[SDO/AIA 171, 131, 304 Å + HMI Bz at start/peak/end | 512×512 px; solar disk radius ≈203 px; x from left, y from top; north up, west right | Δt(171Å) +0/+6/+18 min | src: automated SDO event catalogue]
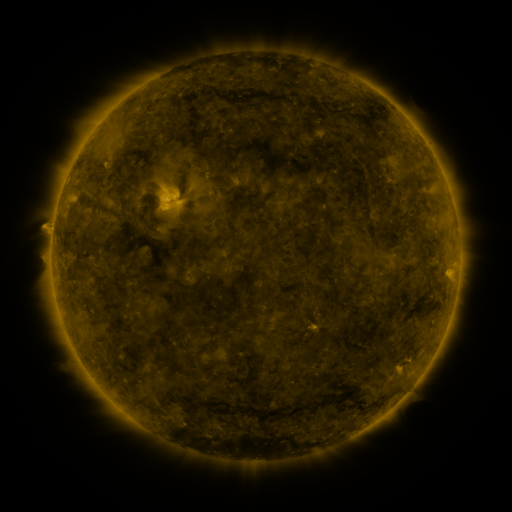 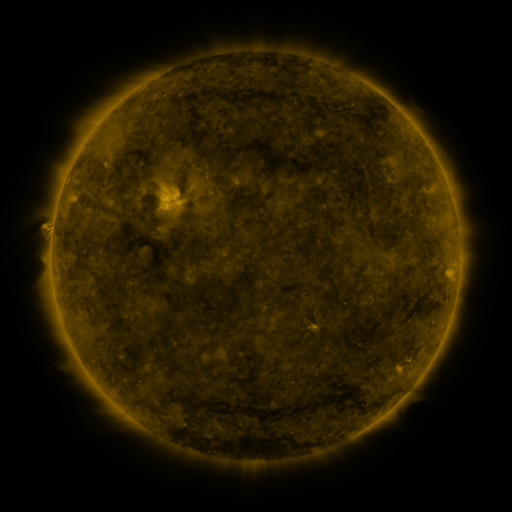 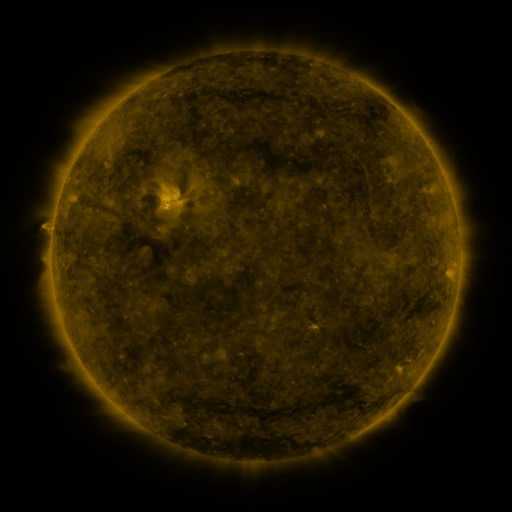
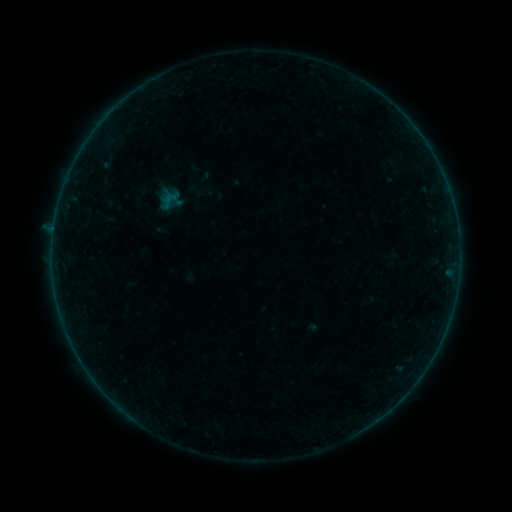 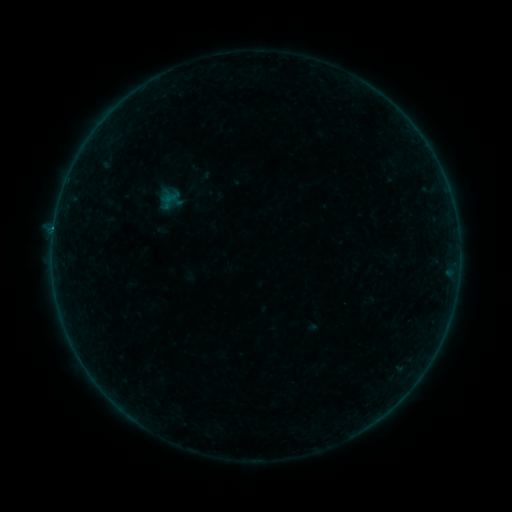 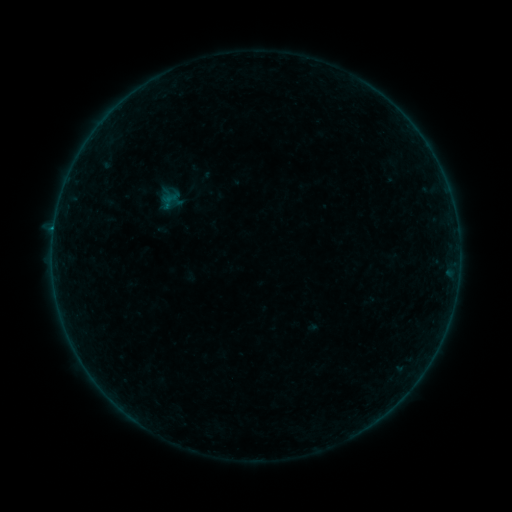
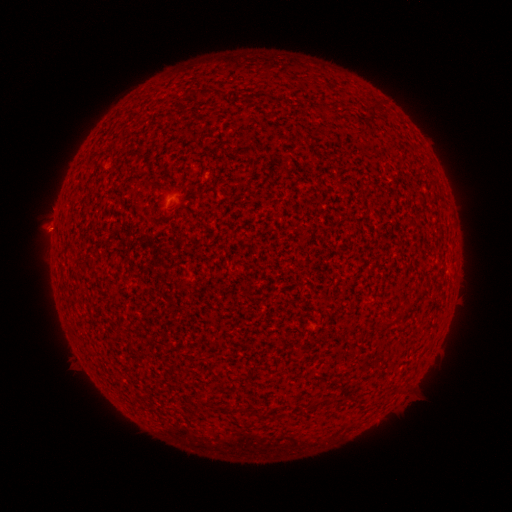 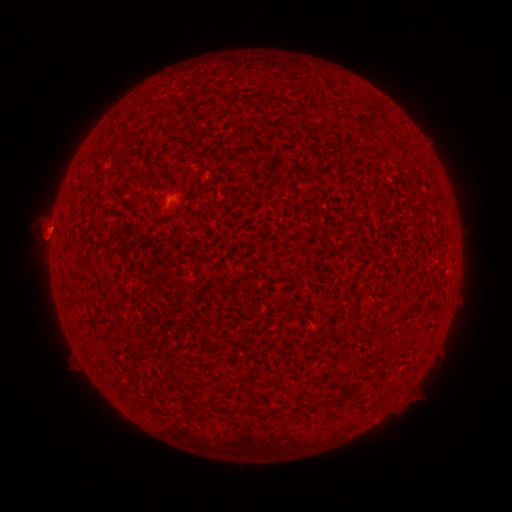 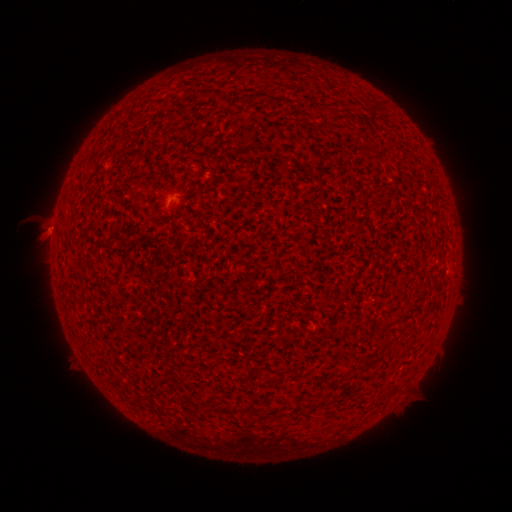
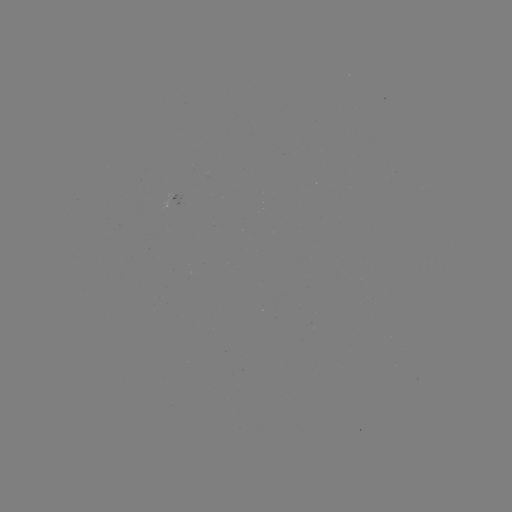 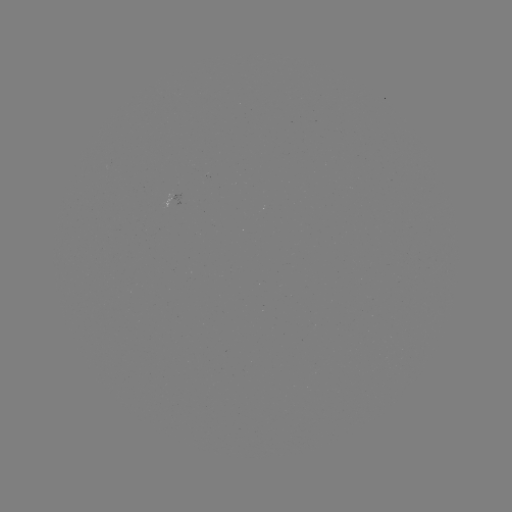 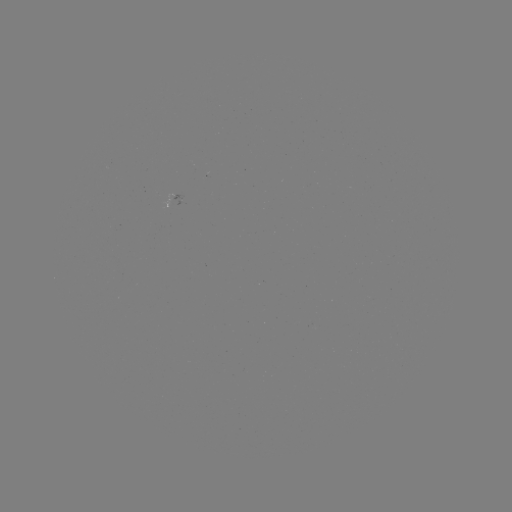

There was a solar flare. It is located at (54, 230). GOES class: B1.4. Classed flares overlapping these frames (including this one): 1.